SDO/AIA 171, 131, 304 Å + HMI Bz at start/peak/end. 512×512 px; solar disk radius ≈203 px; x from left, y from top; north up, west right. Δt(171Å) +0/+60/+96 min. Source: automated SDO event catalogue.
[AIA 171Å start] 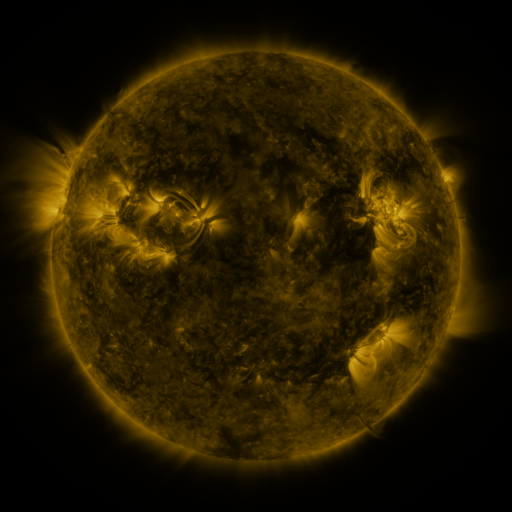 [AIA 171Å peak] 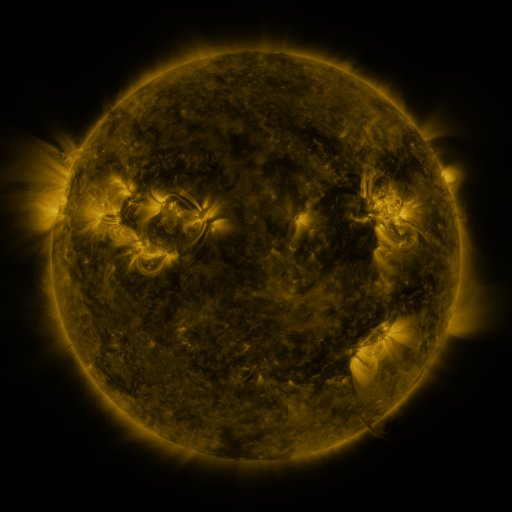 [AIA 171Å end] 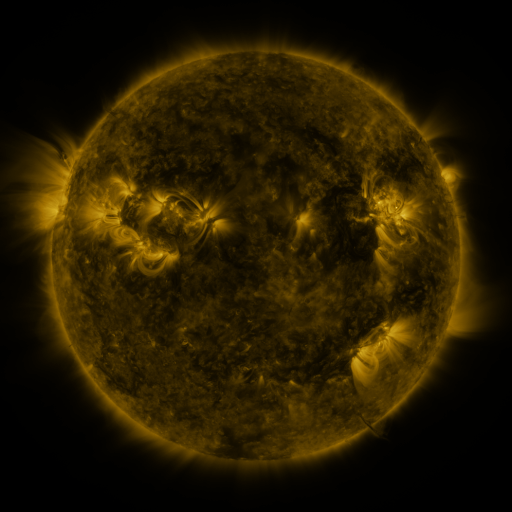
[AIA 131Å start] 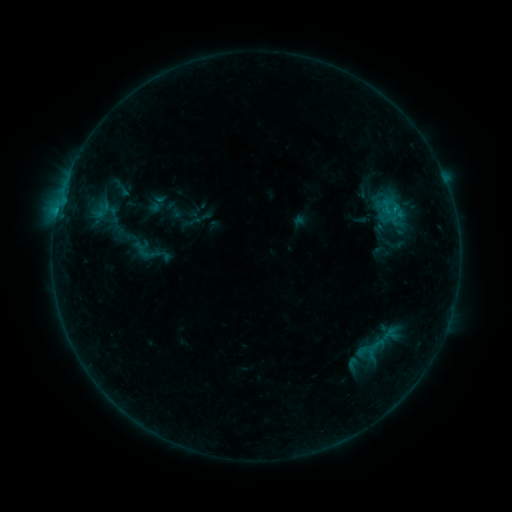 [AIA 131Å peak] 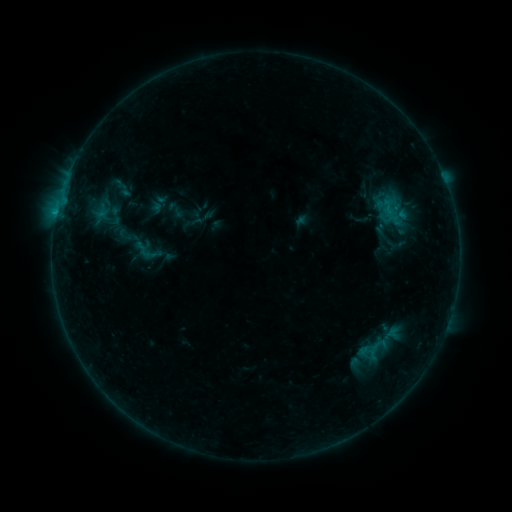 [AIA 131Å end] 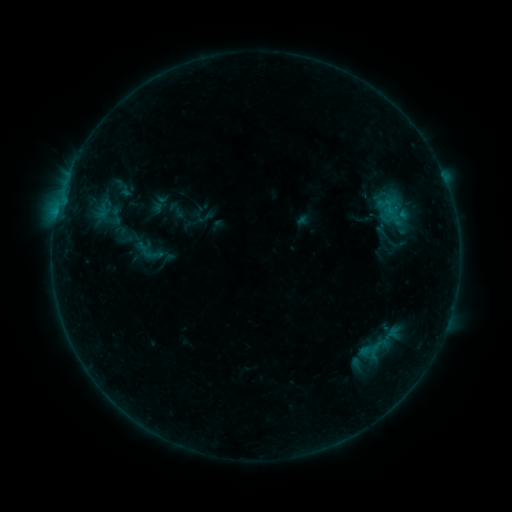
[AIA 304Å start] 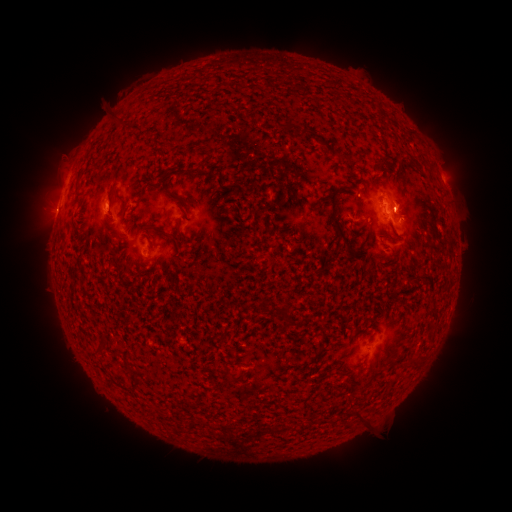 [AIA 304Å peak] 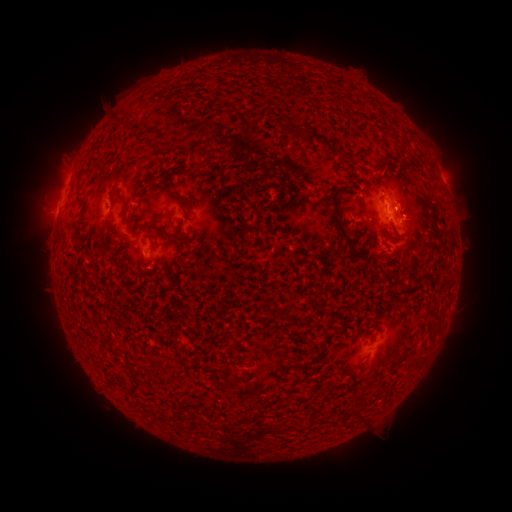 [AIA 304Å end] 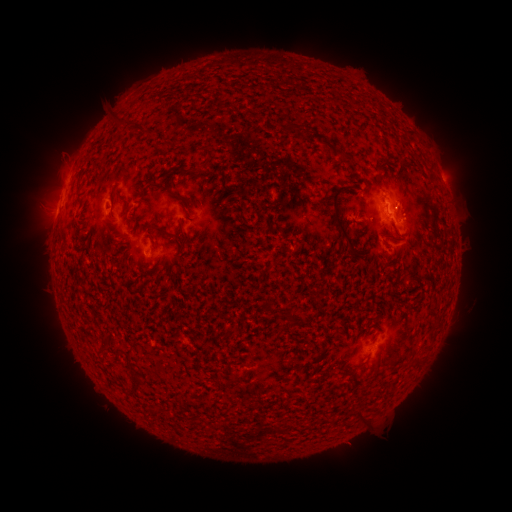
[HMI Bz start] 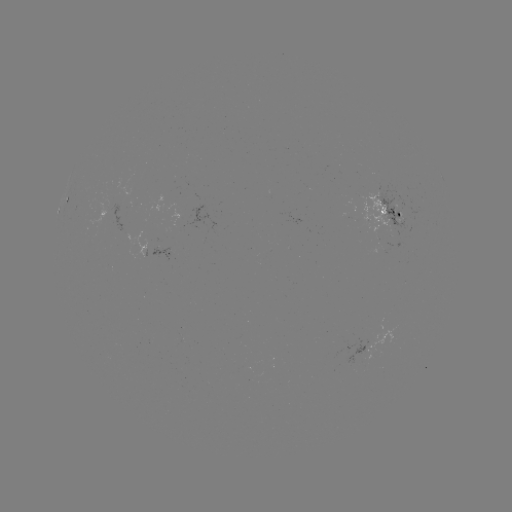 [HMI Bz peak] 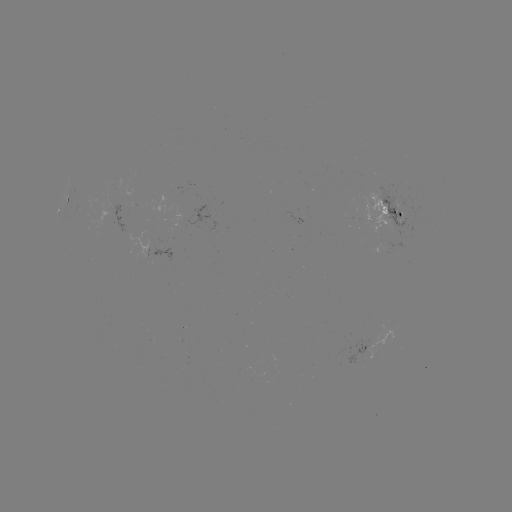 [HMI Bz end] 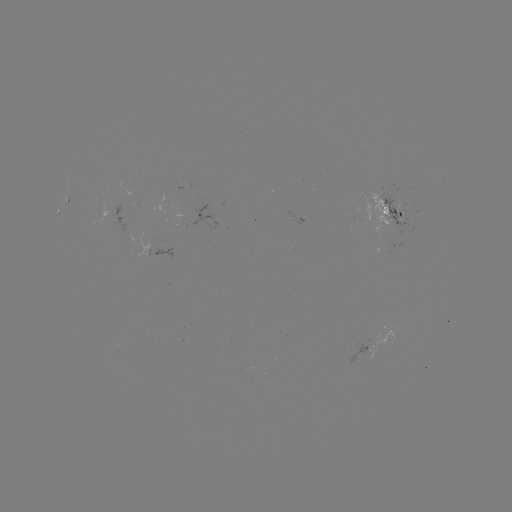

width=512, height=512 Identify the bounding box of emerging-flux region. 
[341, 213, 353, 219].